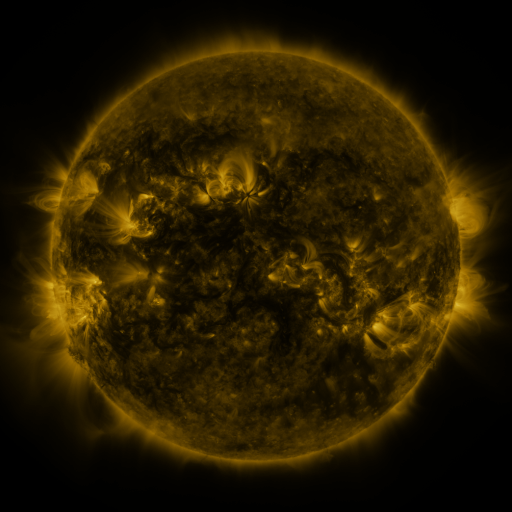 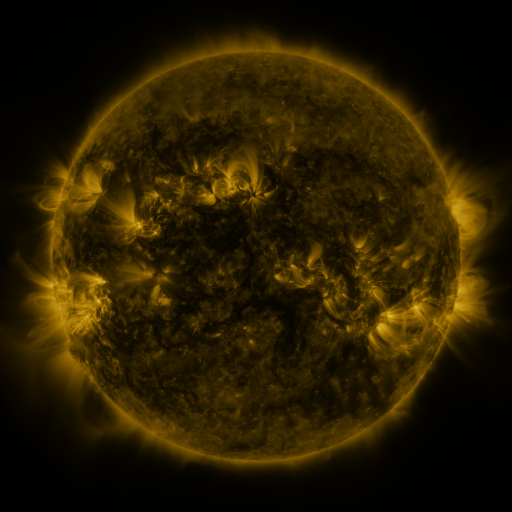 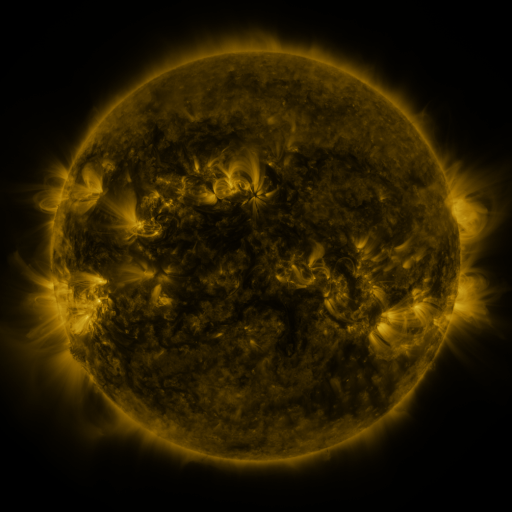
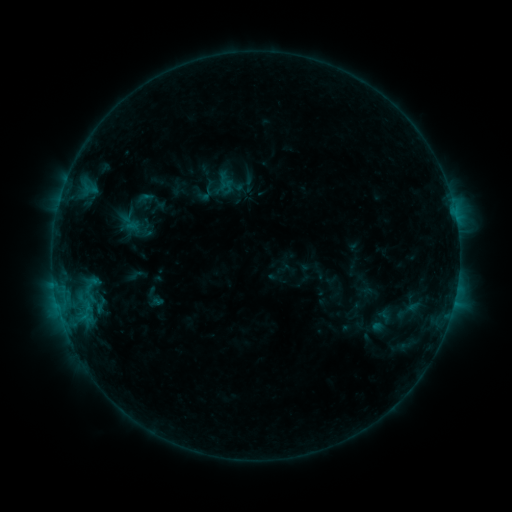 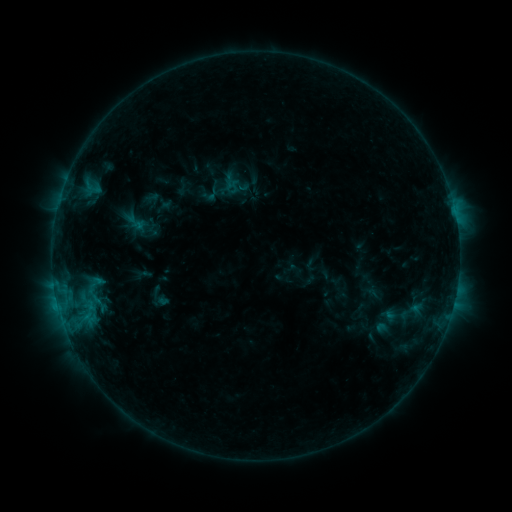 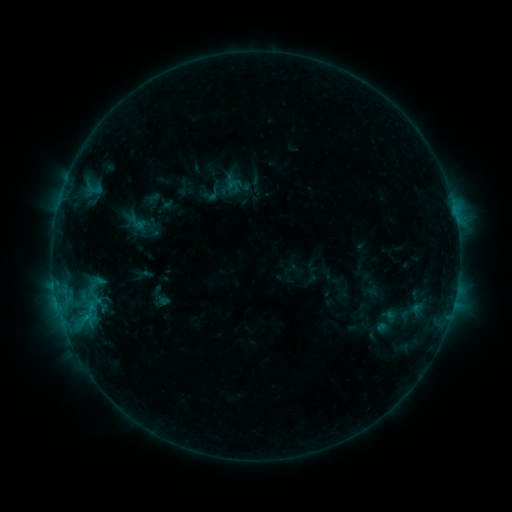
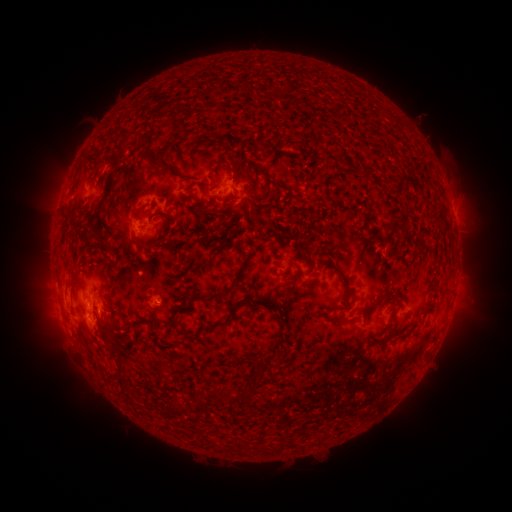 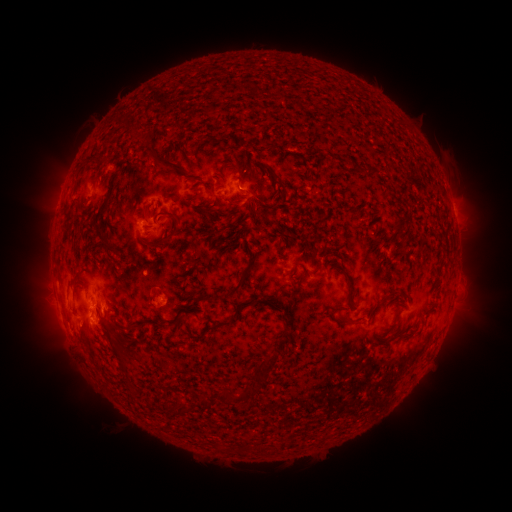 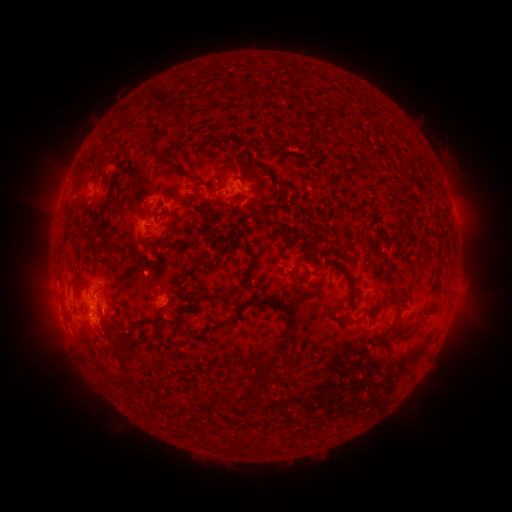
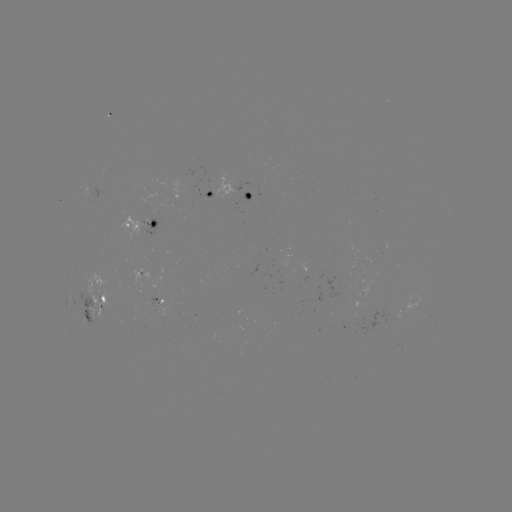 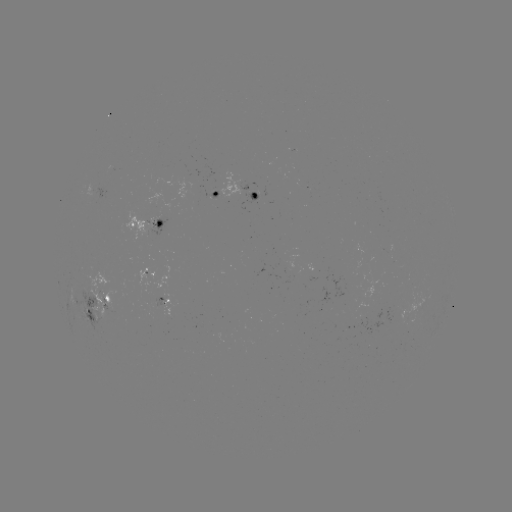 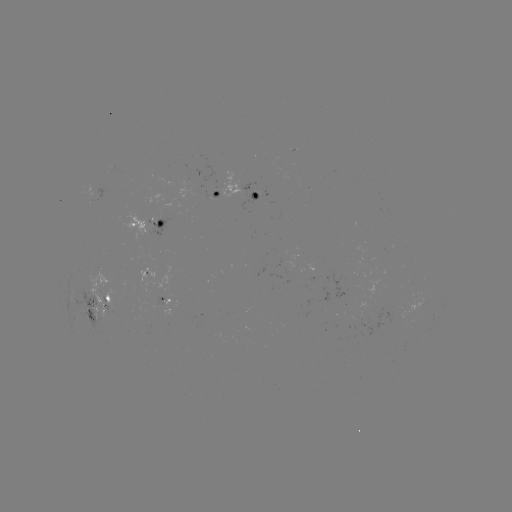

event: emerging-flux region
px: (153, 294)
